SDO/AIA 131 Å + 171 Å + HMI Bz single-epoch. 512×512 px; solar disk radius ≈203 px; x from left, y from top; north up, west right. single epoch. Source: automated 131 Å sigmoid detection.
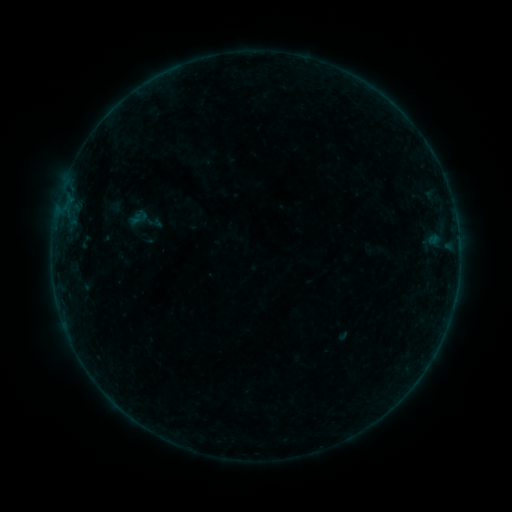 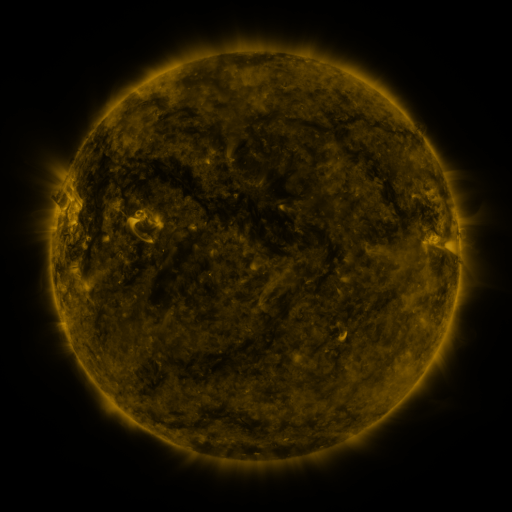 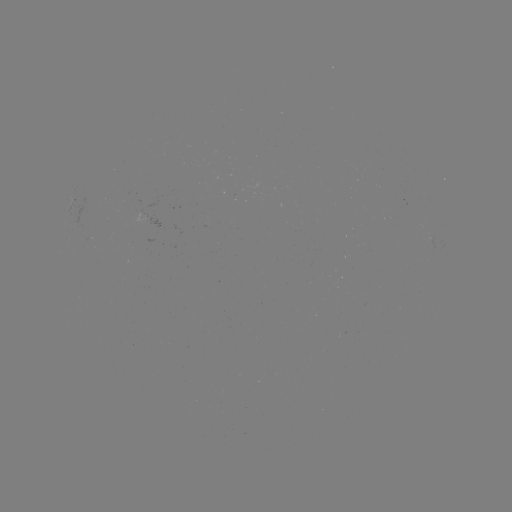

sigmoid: (125, 201, 163, 240)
